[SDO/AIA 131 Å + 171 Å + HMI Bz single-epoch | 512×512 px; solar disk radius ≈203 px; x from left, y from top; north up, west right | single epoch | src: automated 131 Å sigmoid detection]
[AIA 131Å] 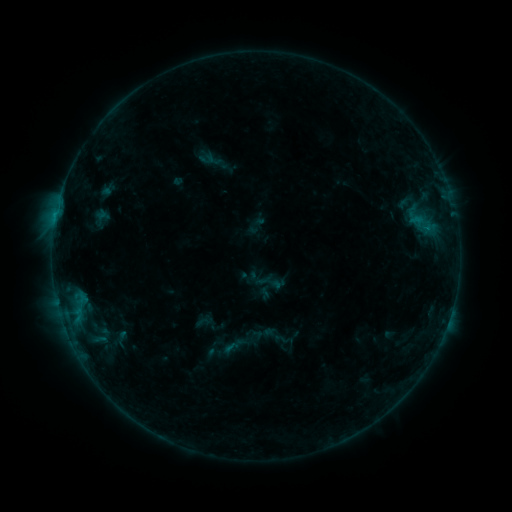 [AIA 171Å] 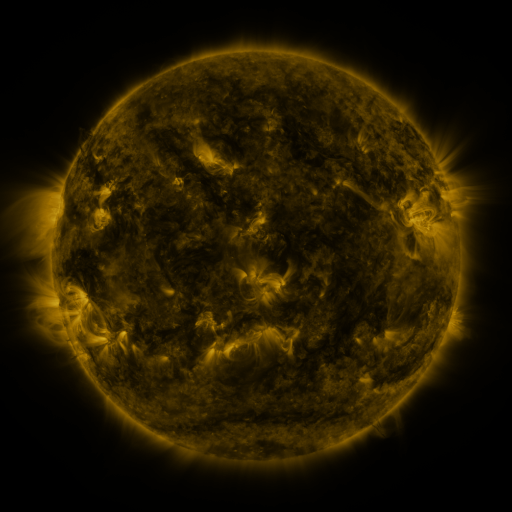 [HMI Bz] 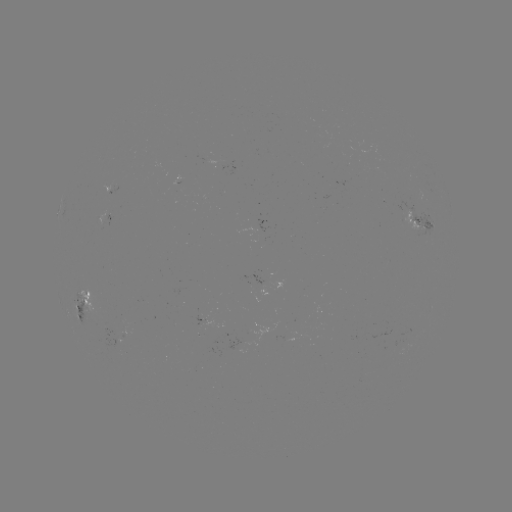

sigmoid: <bbox>108, 329, 136, 346</bbox>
